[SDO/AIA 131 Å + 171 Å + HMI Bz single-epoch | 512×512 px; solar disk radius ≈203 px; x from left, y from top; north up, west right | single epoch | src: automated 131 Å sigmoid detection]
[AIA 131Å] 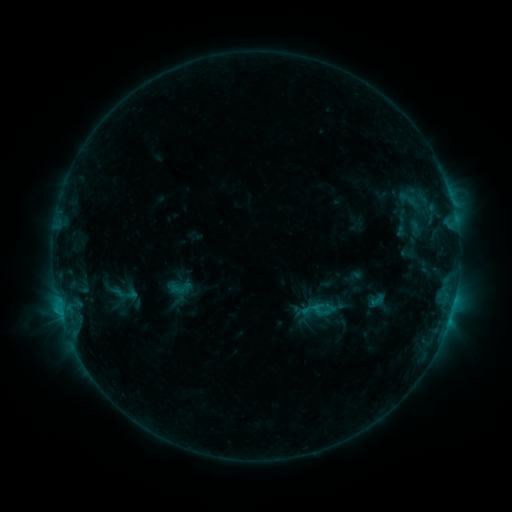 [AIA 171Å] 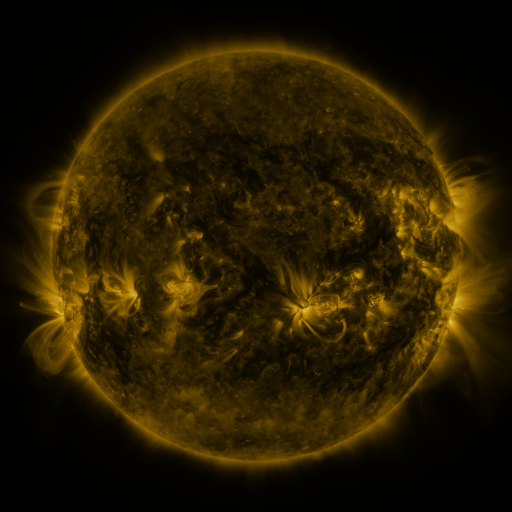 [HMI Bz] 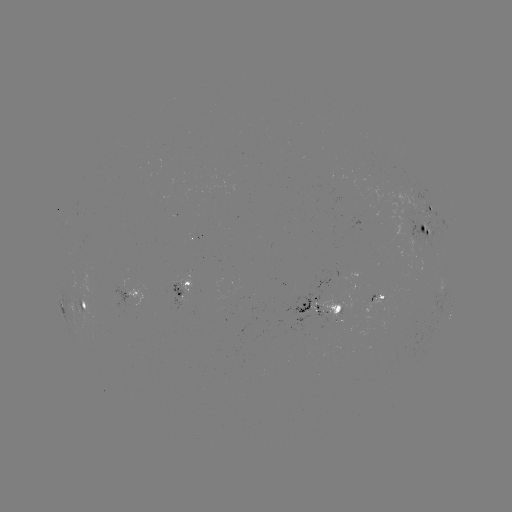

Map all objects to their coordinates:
sigmoid: (181, 287)
sigmoid: (377, 300)
